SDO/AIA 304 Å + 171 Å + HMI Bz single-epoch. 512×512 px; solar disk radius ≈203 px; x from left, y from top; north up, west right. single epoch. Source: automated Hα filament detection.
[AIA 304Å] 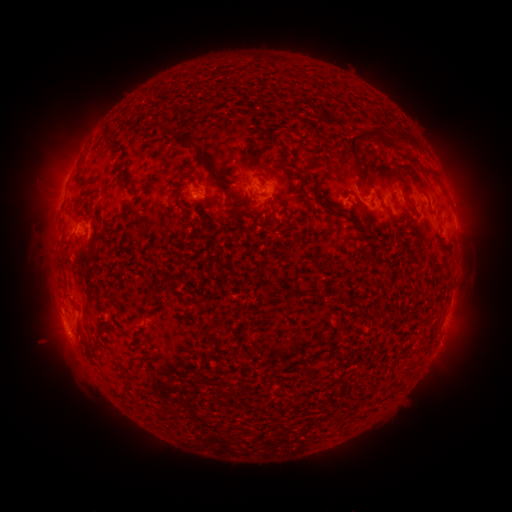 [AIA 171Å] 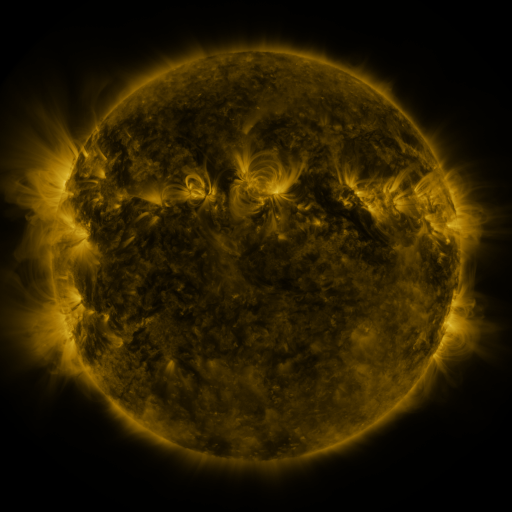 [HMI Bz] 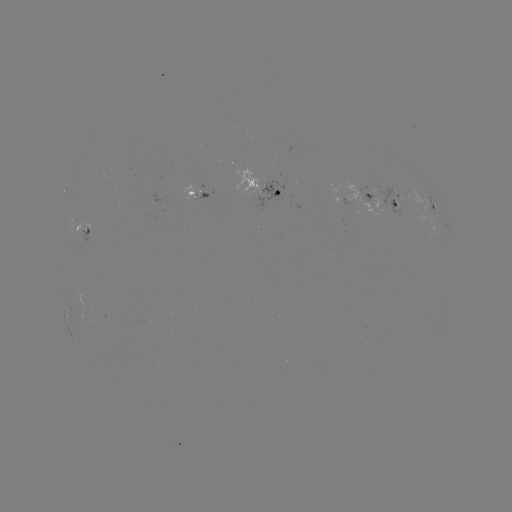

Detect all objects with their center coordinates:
filament: [344, 129, 388, 171]
filament: [171, 133, 195, 146]
filament: [265, 134, 282, 148]
filament: [311, 149, 320, 162]
filament: [395, 165, 425, 193]
filament: [316, 193, 331, 214]
filament: [262, 212, 273, 224]
filament: [368, 244, 378, 258]
filament: [312, 292, 324, 302]
